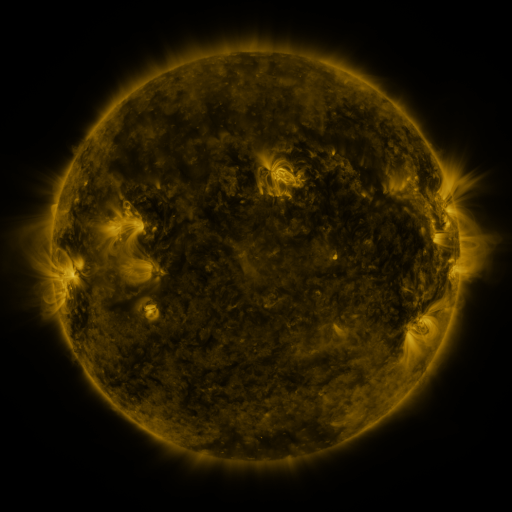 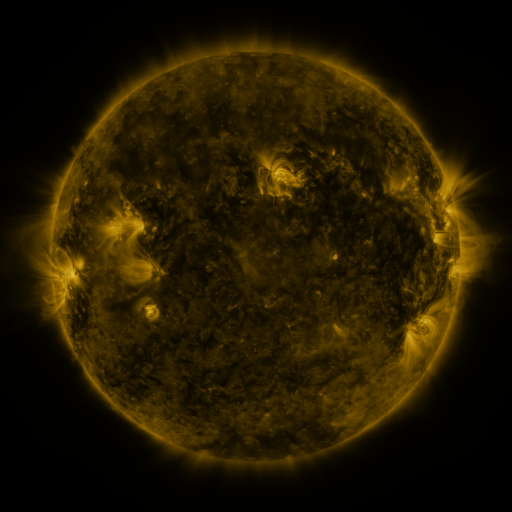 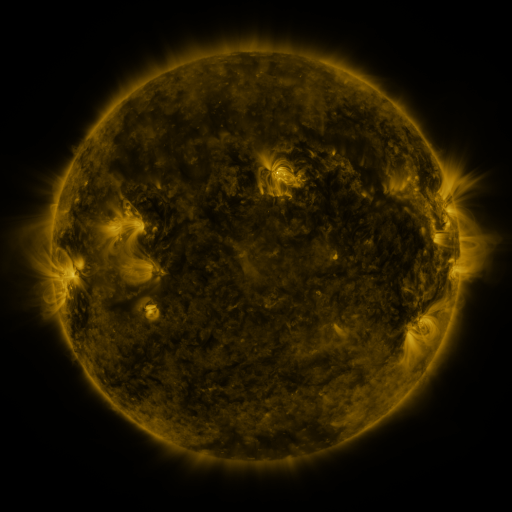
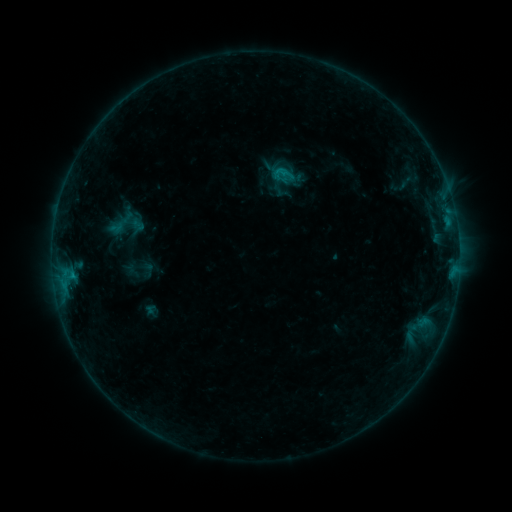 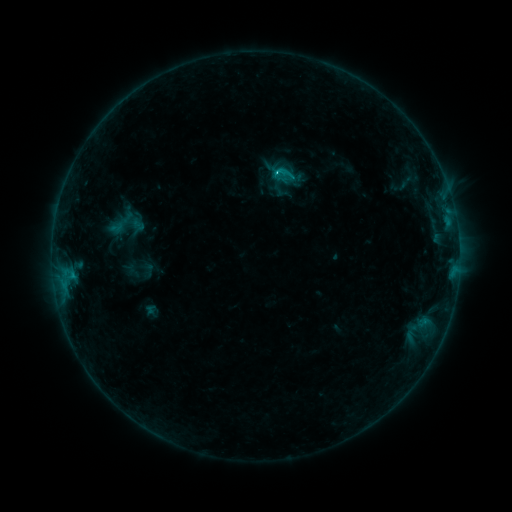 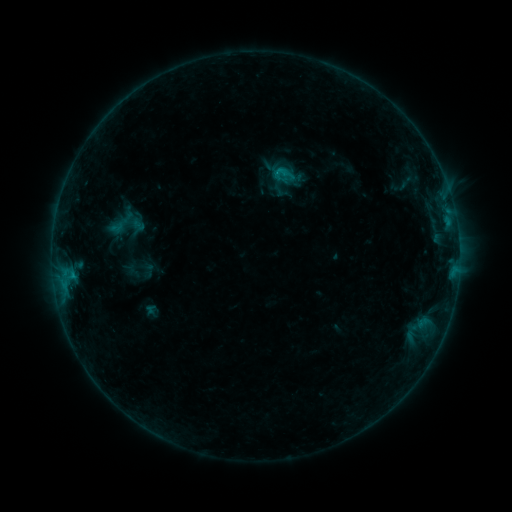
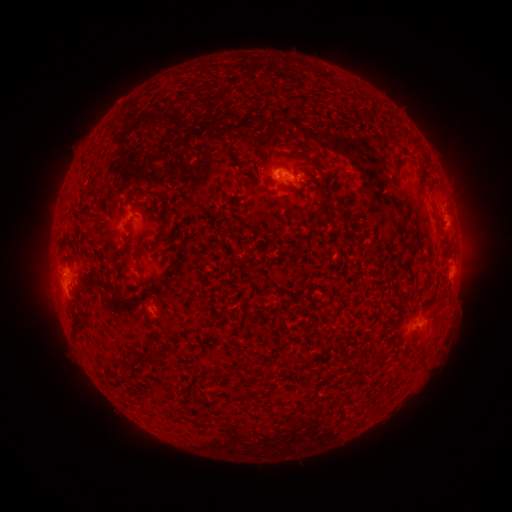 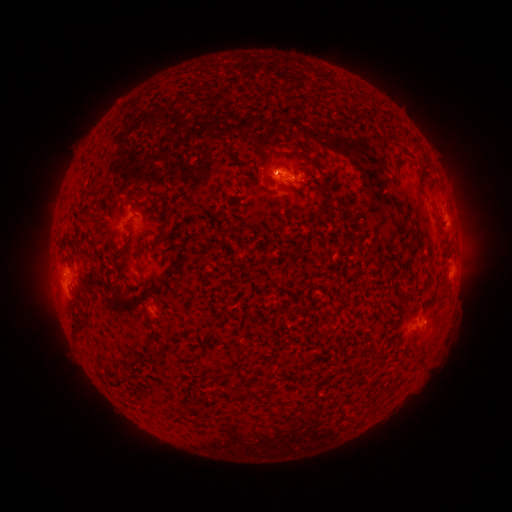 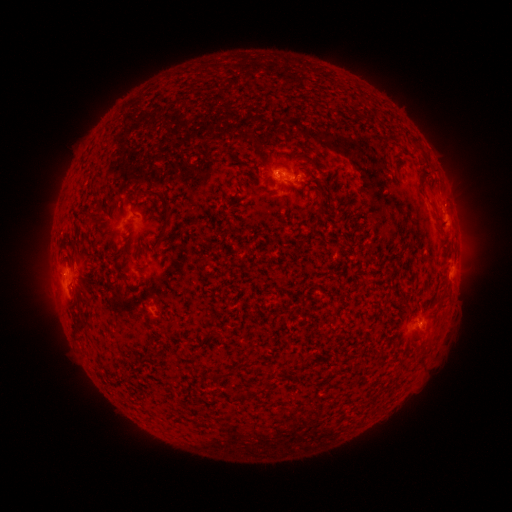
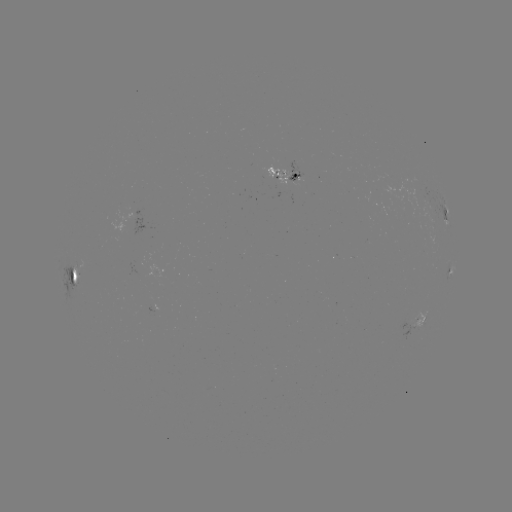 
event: flare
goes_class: B6.1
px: (275, 174)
